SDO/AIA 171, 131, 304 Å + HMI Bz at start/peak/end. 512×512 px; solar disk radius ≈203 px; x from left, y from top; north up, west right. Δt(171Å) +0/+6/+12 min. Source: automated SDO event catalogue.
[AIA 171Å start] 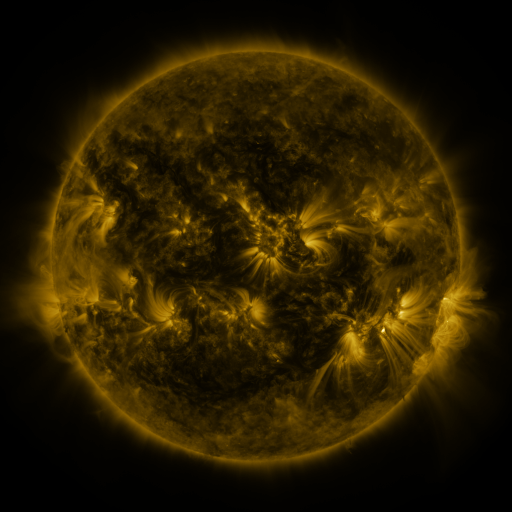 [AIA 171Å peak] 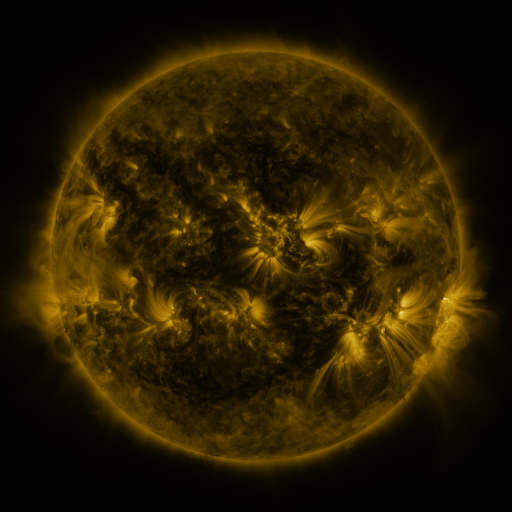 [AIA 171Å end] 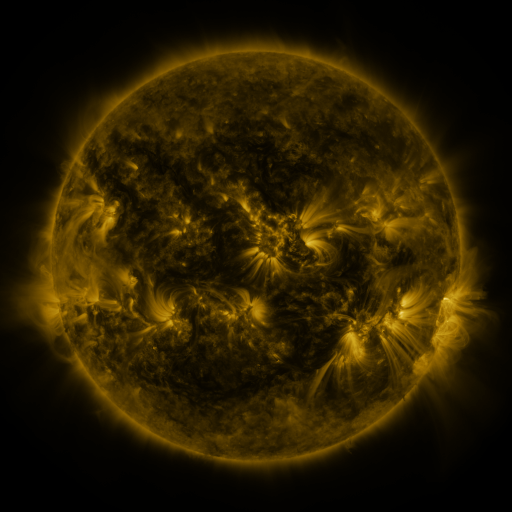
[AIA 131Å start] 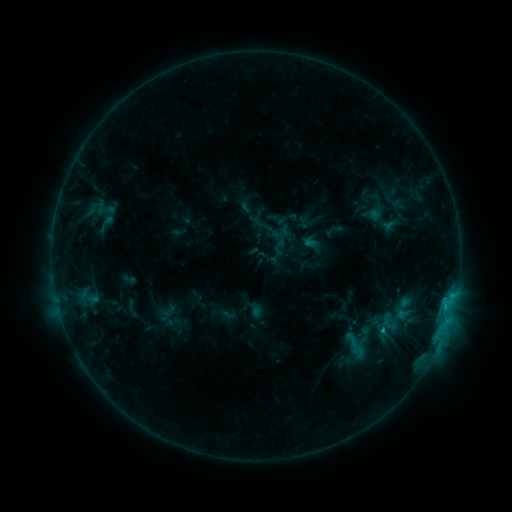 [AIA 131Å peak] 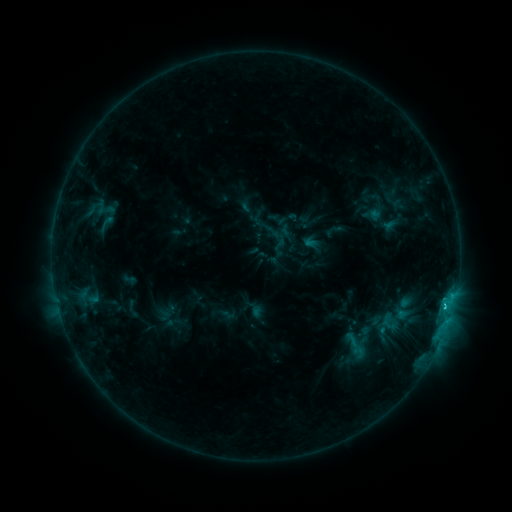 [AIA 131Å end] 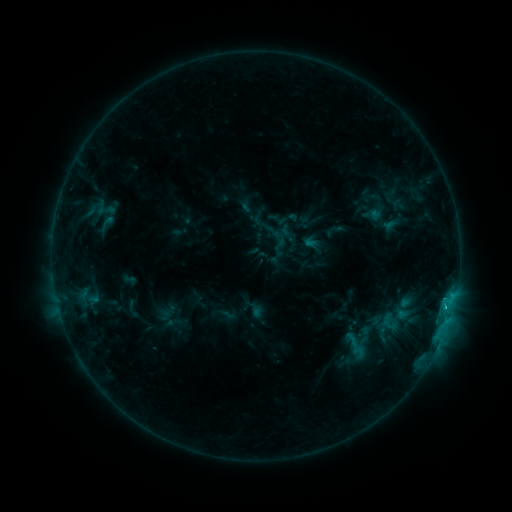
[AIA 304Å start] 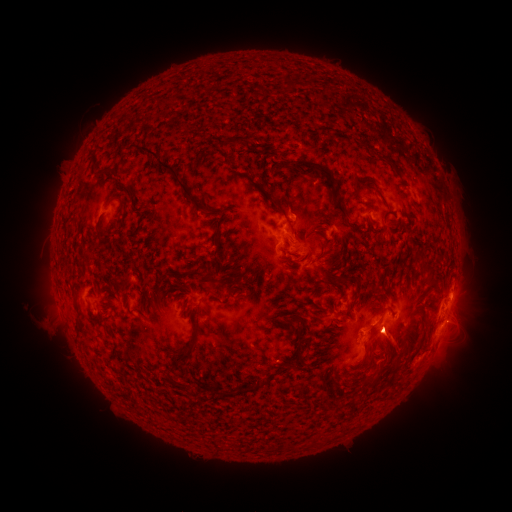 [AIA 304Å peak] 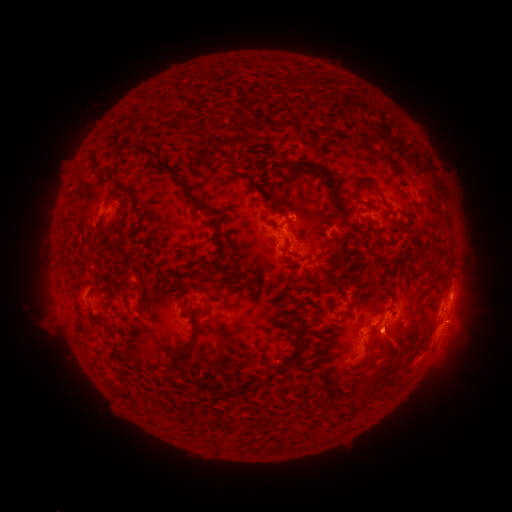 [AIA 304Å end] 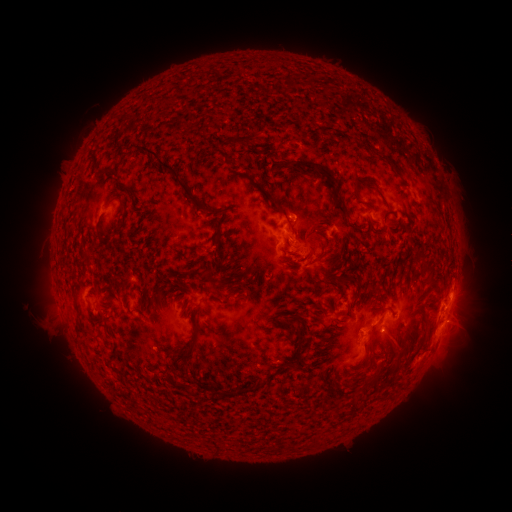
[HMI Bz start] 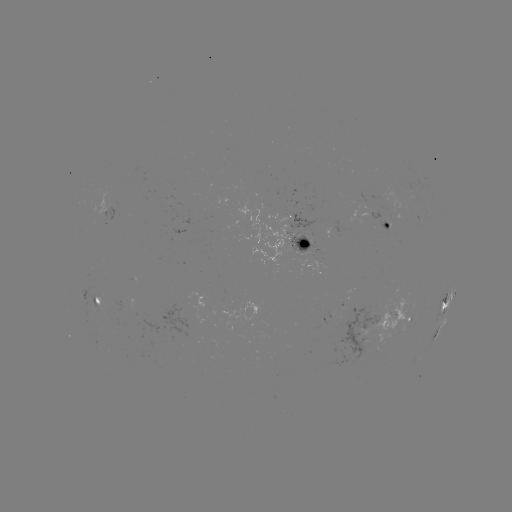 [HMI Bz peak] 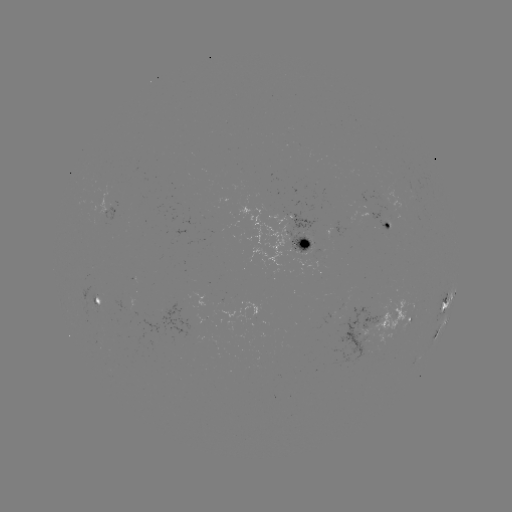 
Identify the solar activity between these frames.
C1.3 flare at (444, 304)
